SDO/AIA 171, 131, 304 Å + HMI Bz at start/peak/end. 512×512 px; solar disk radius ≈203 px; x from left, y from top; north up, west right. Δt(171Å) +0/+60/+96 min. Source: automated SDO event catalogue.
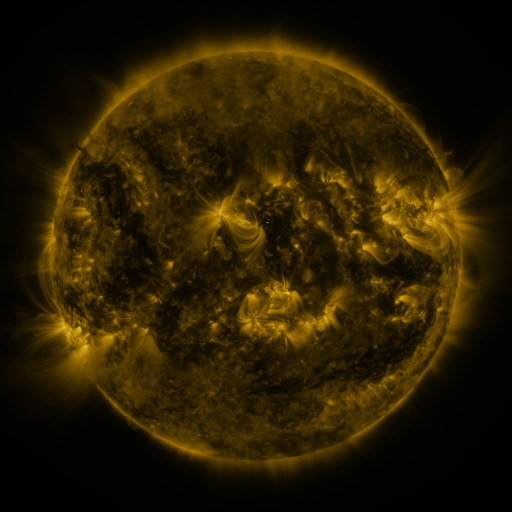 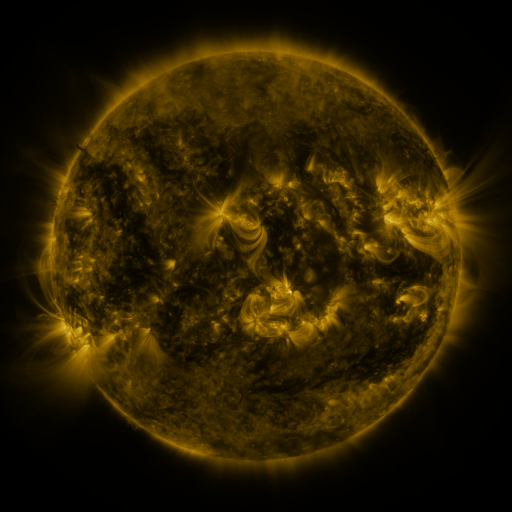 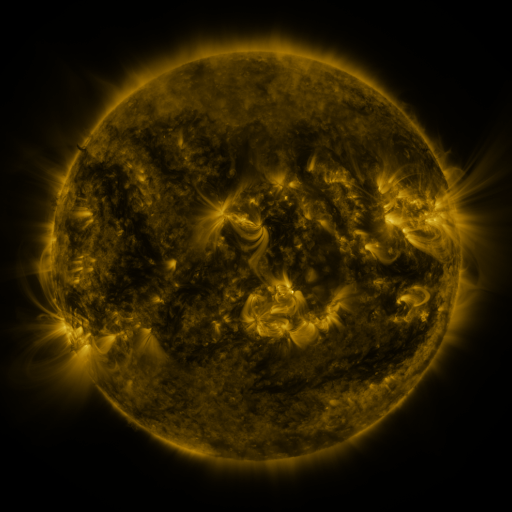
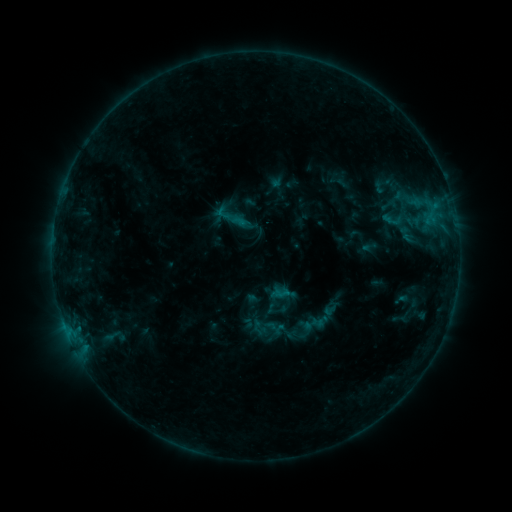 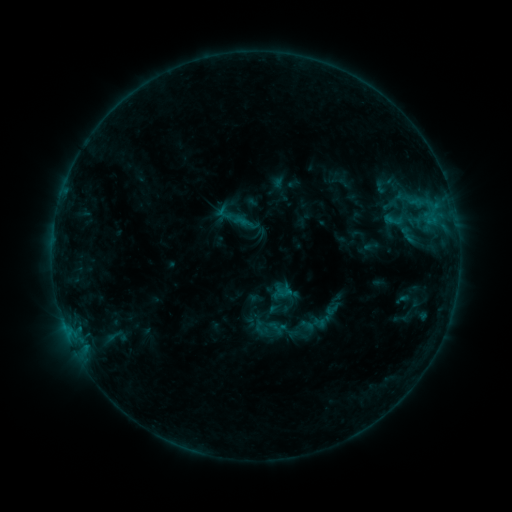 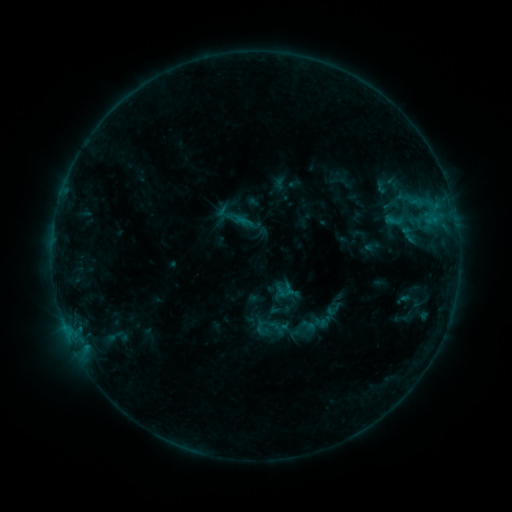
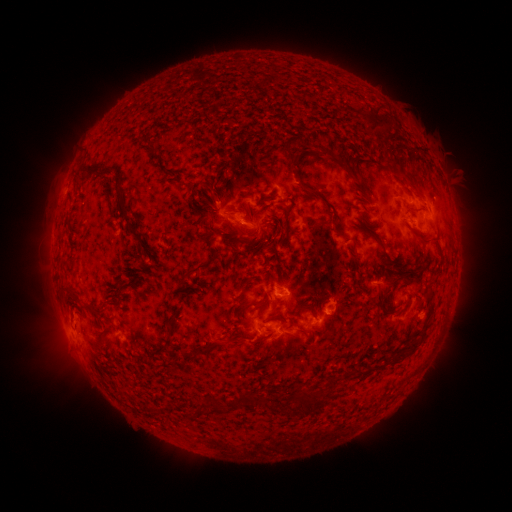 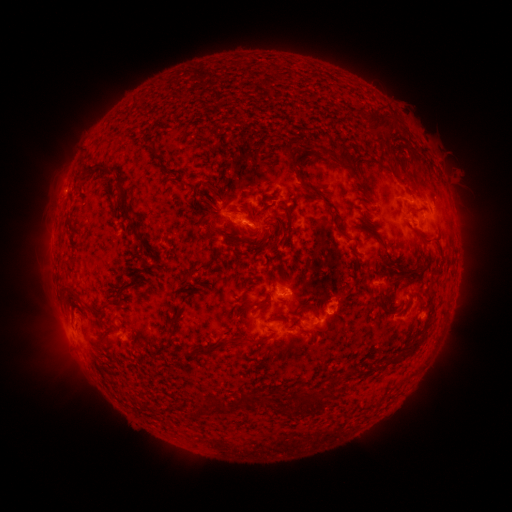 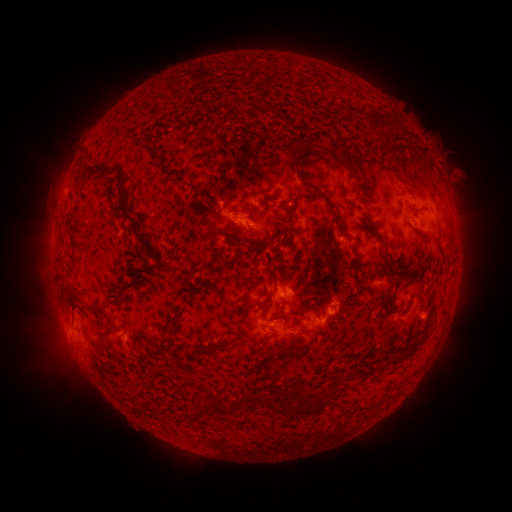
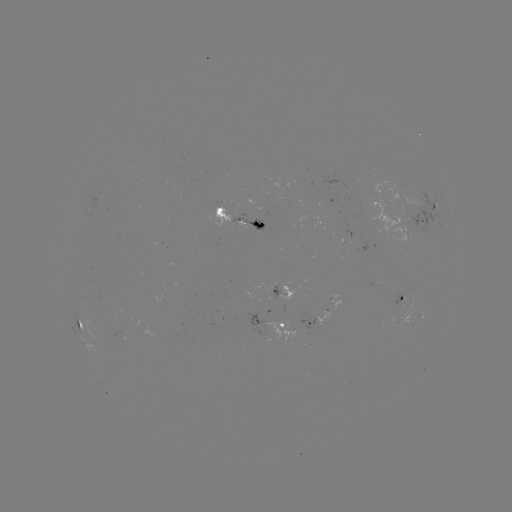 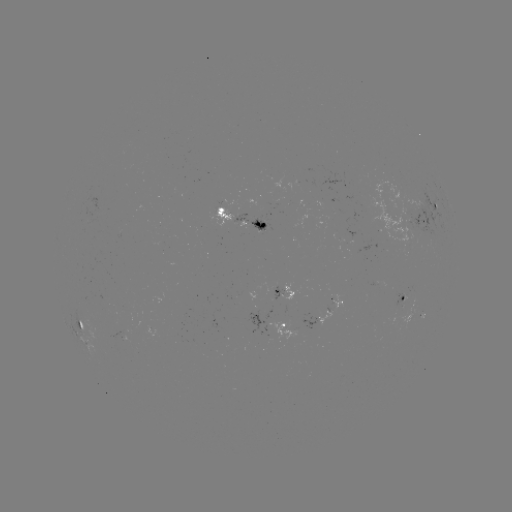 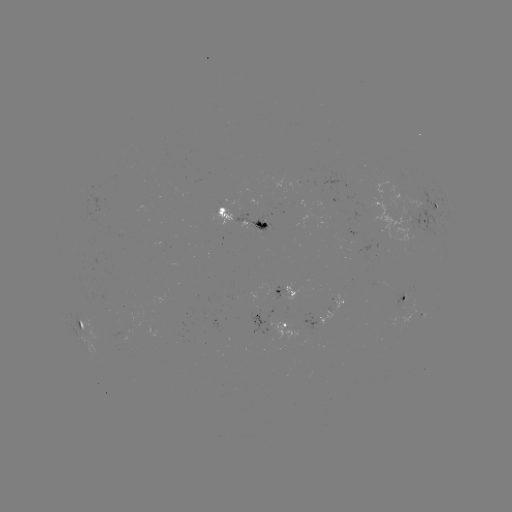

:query emerging-flux region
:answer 282,202